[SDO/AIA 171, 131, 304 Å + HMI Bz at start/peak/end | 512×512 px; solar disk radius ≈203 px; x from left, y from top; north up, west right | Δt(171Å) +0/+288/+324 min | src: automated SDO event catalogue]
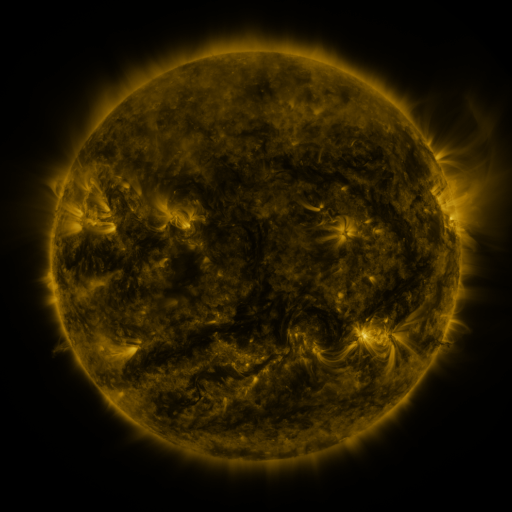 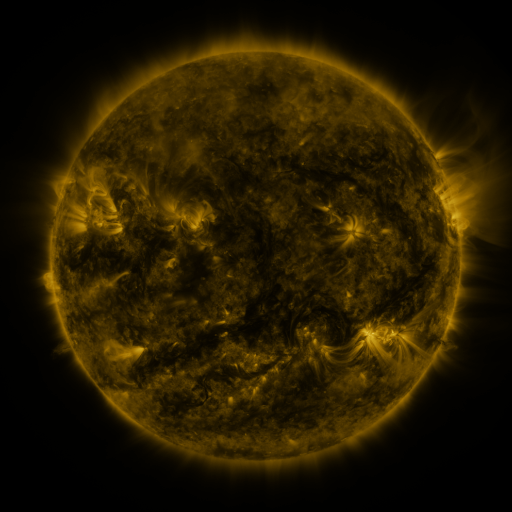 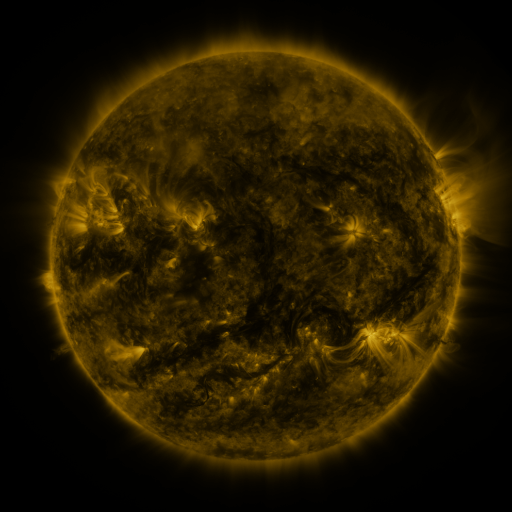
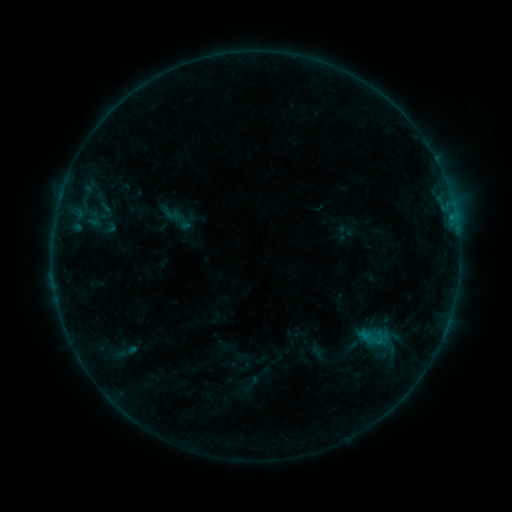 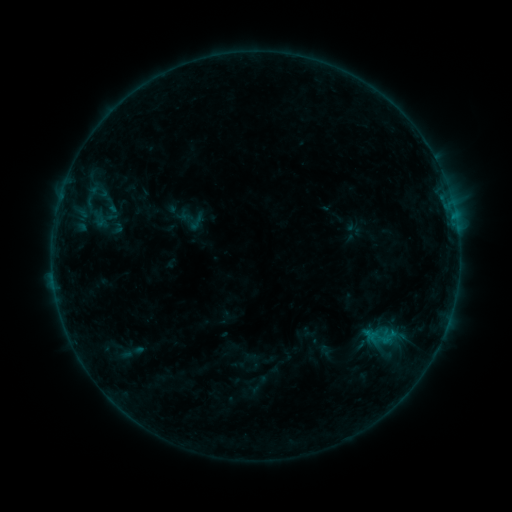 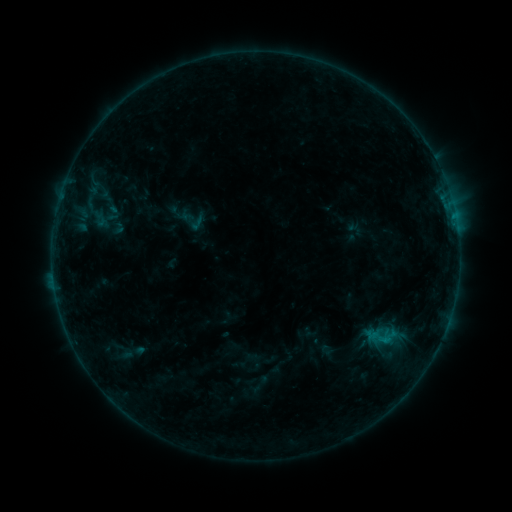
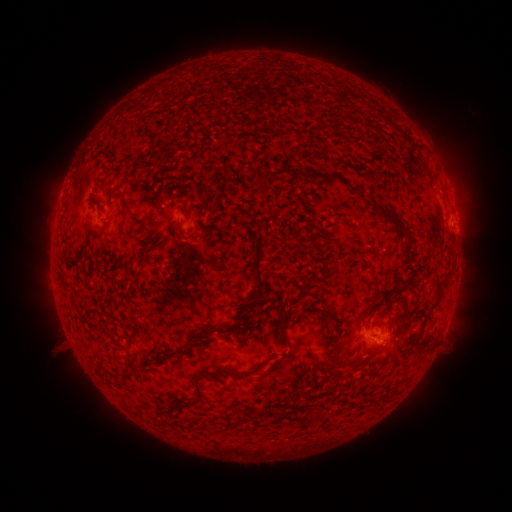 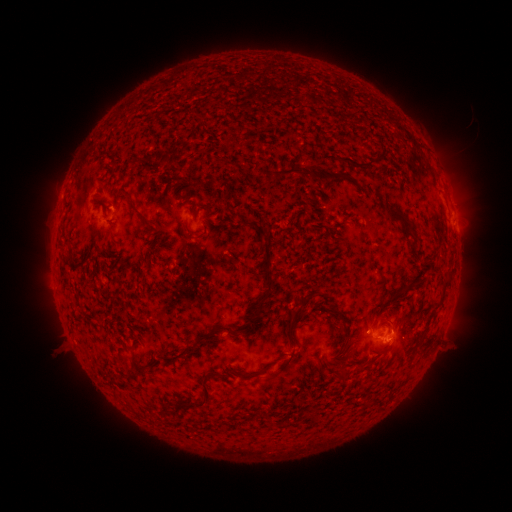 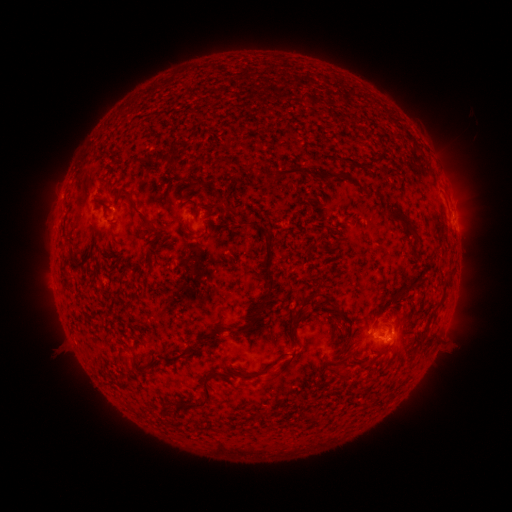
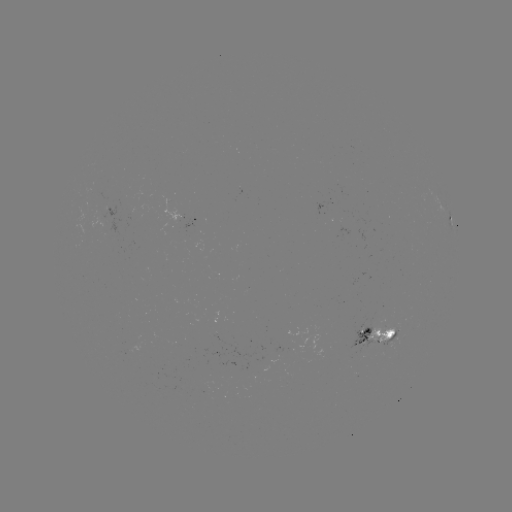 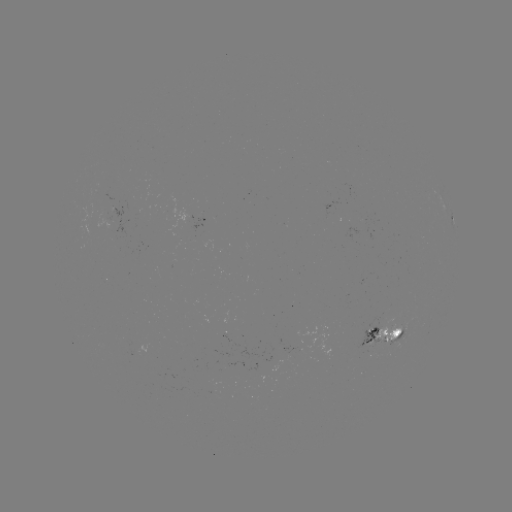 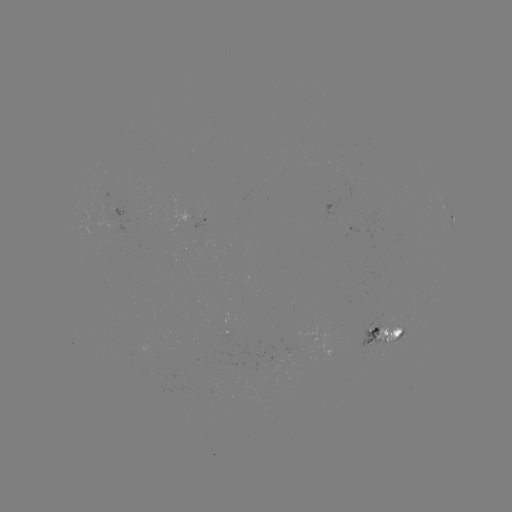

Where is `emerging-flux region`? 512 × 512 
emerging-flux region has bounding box [374, 318, 400, 344].